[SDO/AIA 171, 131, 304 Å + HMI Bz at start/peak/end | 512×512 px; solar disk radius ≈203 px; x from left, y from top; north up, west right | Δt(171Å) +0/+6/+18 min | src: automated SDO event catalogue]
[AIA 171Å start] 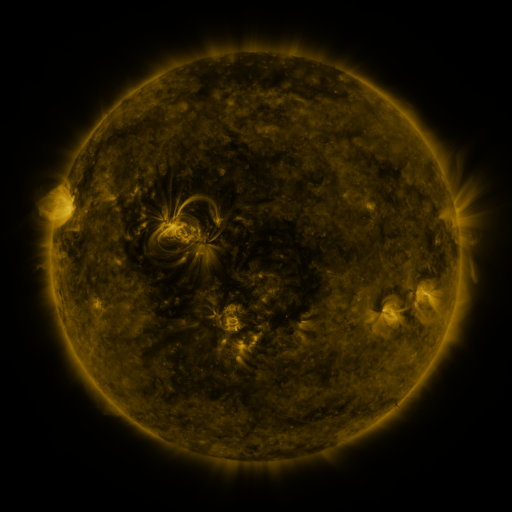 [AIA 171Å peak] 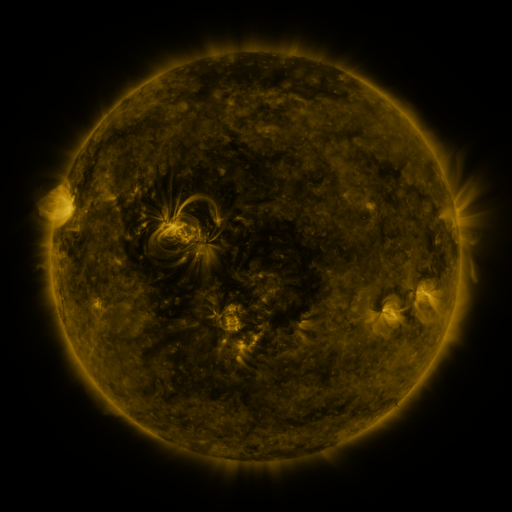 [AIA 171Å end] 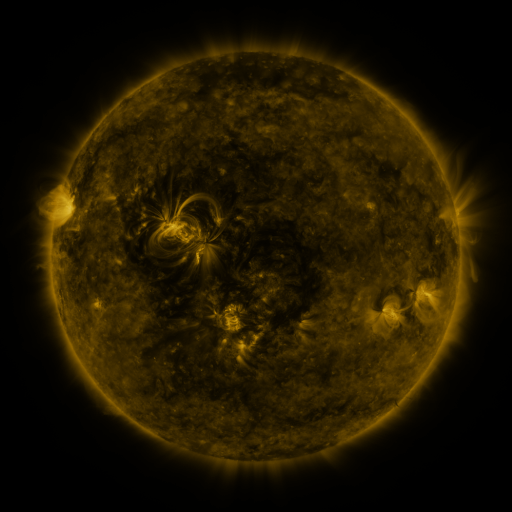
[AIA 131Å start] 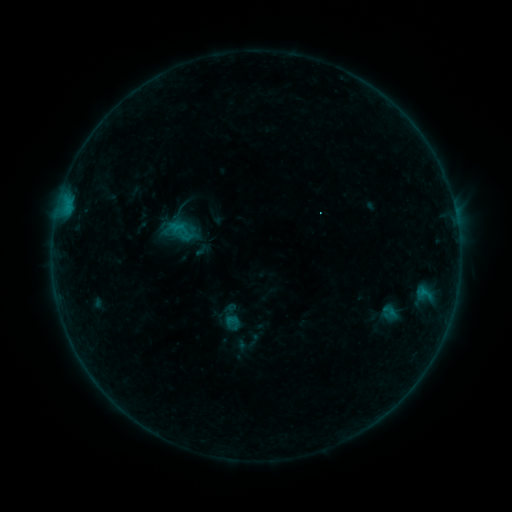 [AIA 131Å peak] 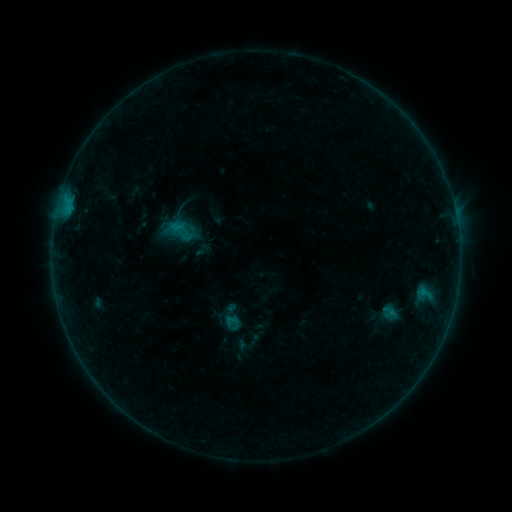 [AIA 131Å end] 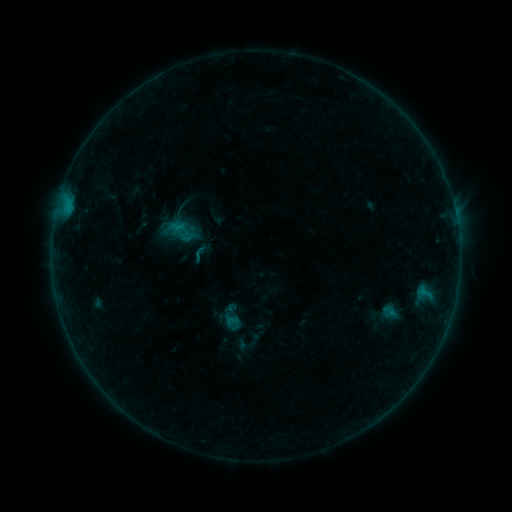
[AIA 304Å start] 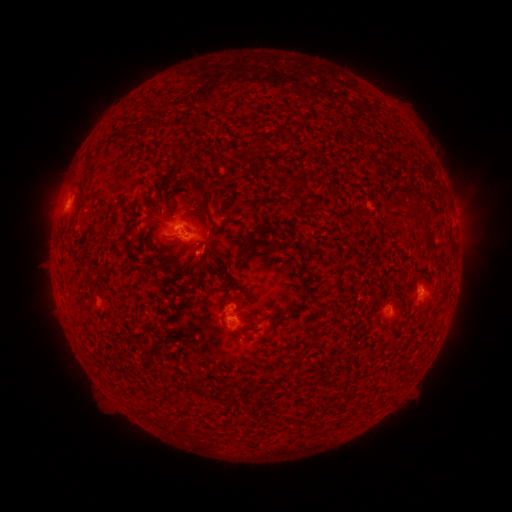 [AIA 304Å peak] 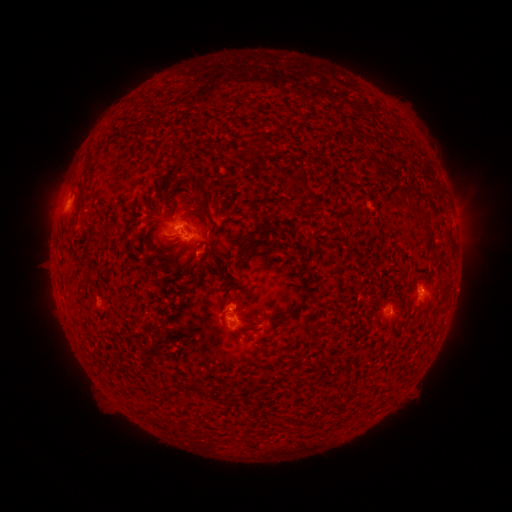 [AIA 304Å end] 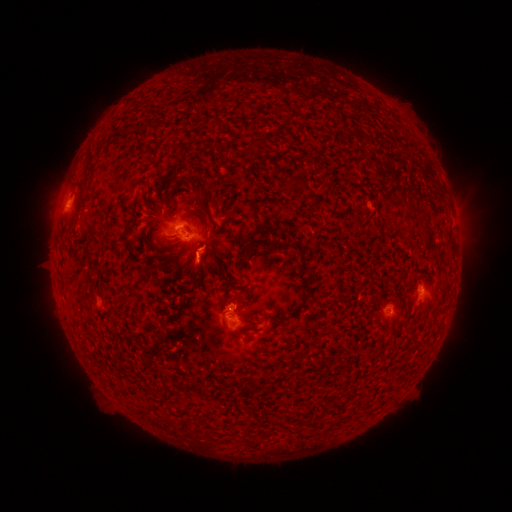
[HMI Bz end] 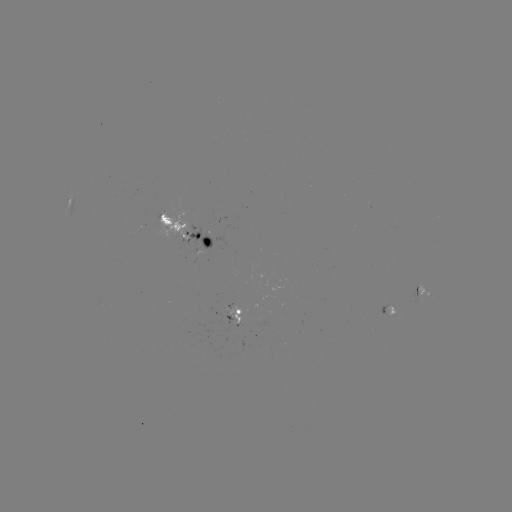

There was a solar eruption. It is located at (229, 322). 